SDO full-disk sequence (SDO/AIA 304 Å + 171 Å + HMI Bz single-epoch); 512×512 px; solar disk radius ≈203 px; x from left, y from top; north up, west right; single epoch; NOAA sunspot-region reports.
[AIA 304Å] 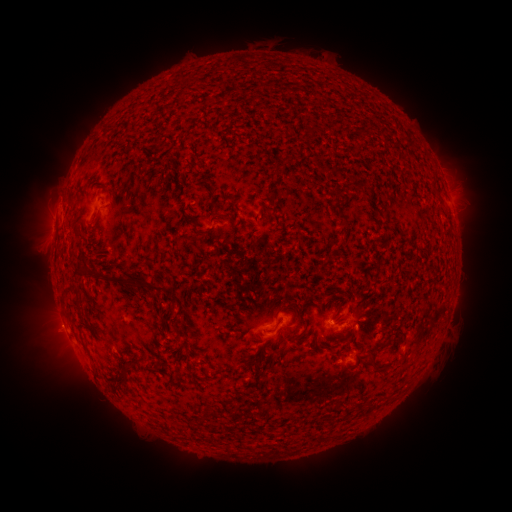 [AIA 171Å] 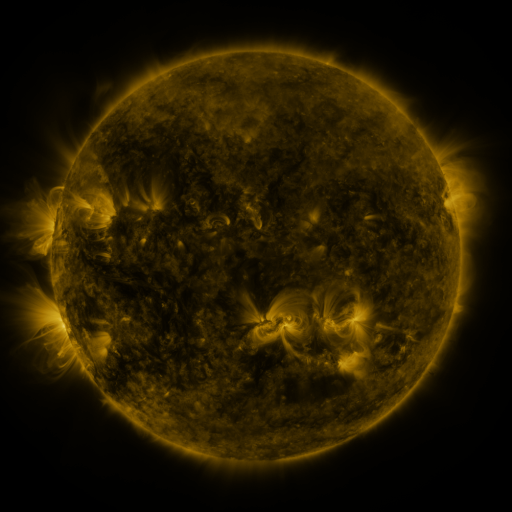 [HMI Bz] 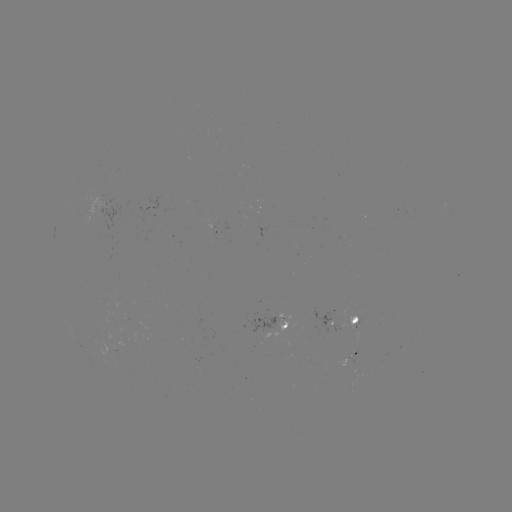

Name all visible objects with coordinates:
spotted active region: (110, 216)
spotted active region: (343, 320)
spotted active region: (283, 326)
spotted active region: (354, 357)
